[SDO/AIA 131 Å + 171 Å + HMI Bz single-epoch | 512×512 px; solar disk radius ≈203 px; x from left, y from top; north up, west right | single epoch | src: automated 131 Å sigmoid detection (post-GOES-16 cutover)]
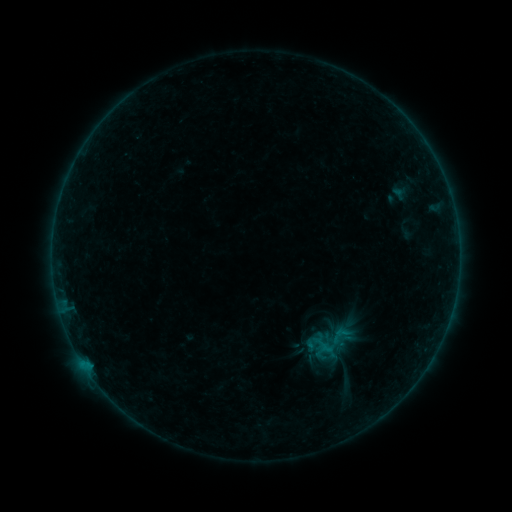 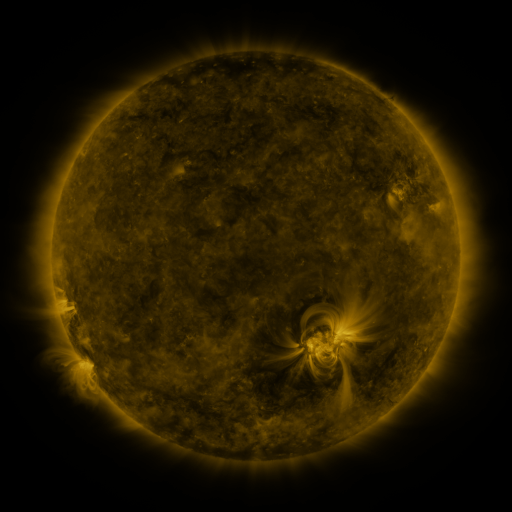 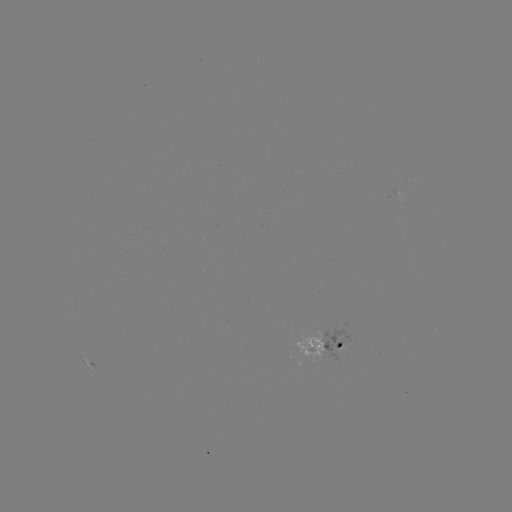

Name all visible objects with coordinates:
sigmoid: (340, 336)
